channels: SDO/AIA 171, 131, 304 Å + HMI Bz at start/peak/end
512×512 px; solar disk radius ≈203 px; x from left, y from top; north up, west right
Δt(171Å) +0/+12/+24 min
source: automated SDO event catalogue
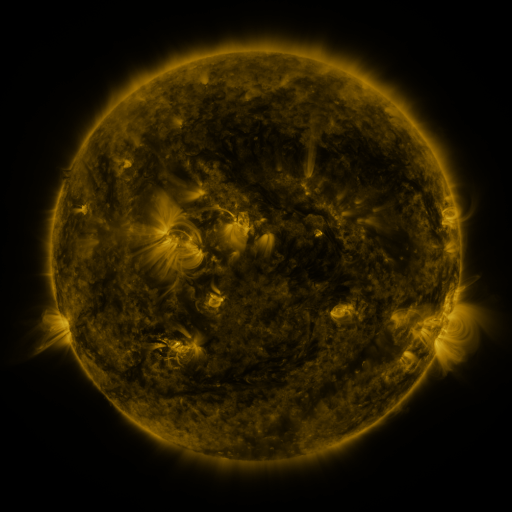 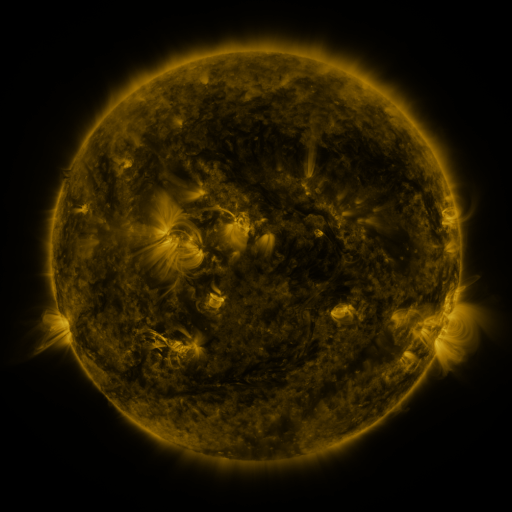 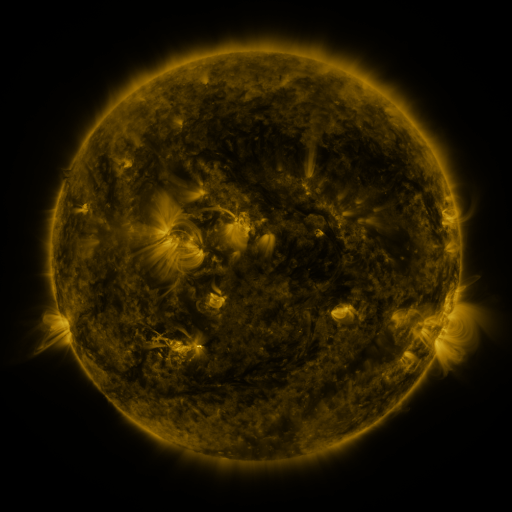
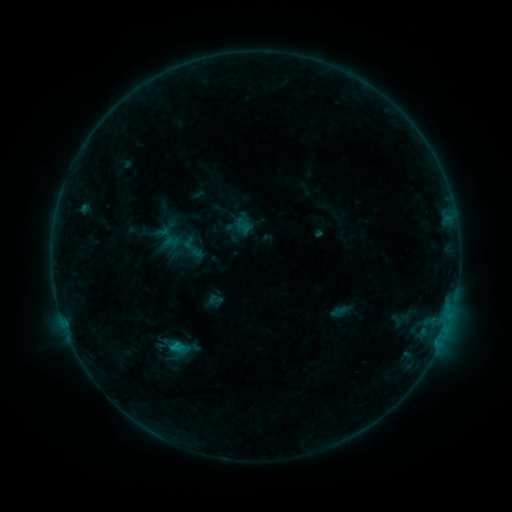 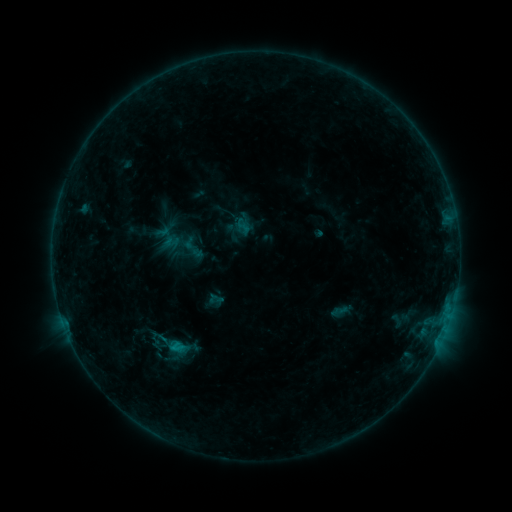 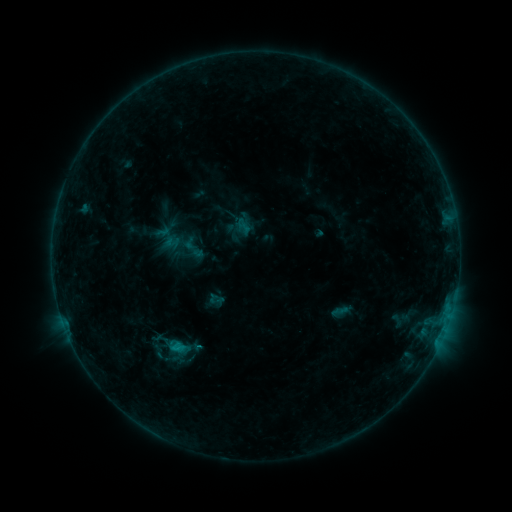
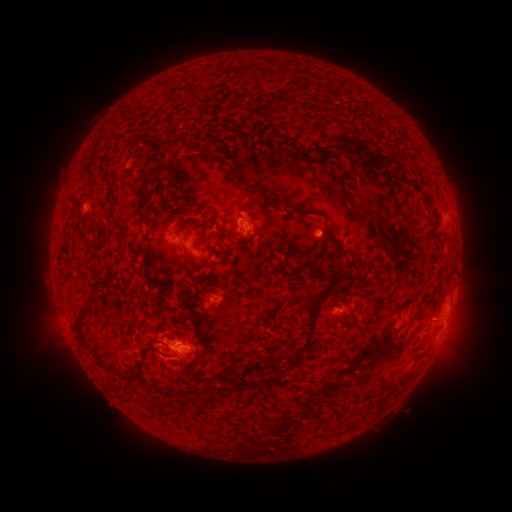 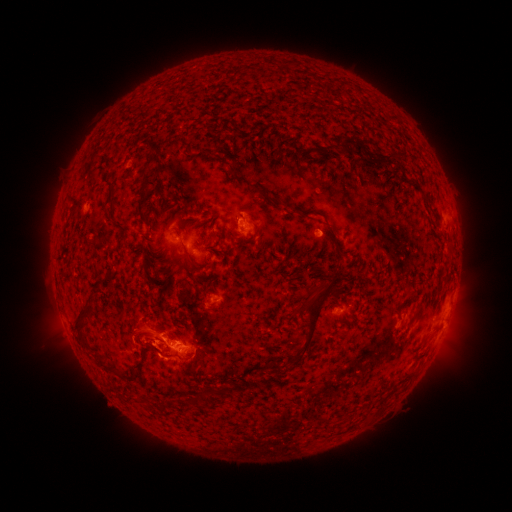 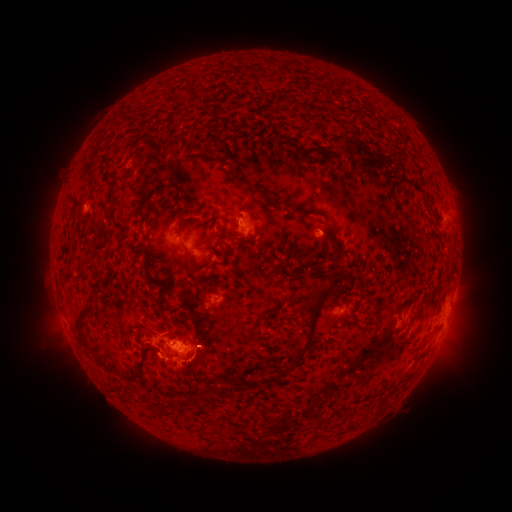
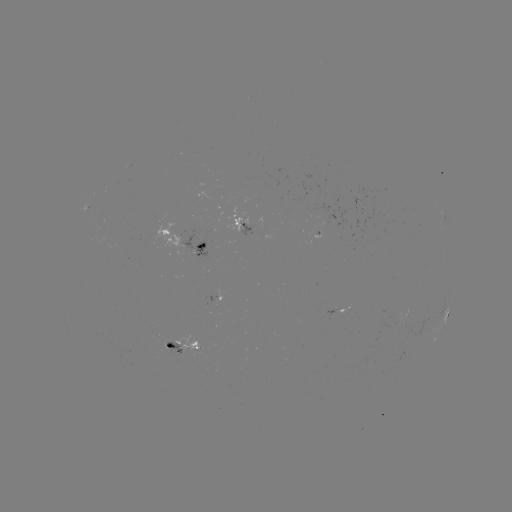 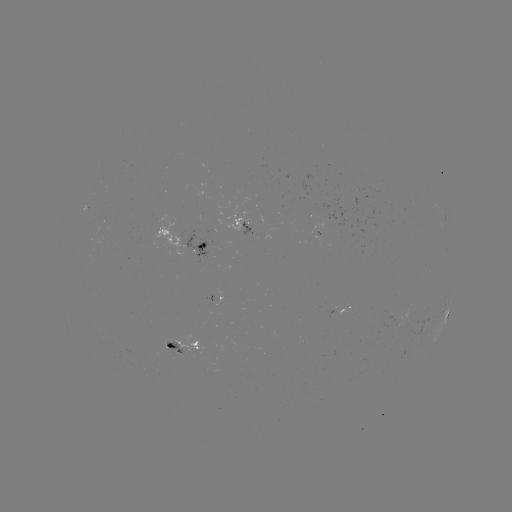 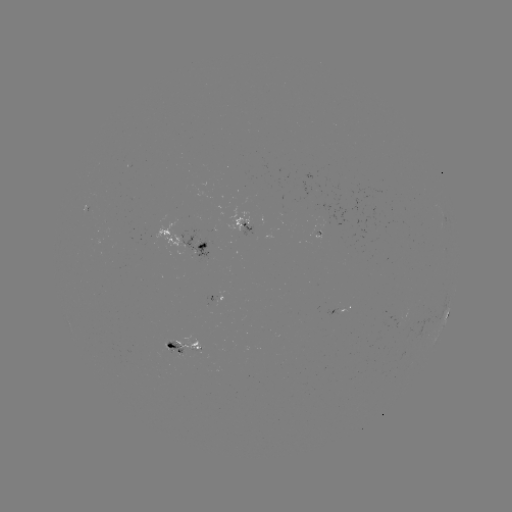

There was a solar eruption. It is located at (142, 327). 